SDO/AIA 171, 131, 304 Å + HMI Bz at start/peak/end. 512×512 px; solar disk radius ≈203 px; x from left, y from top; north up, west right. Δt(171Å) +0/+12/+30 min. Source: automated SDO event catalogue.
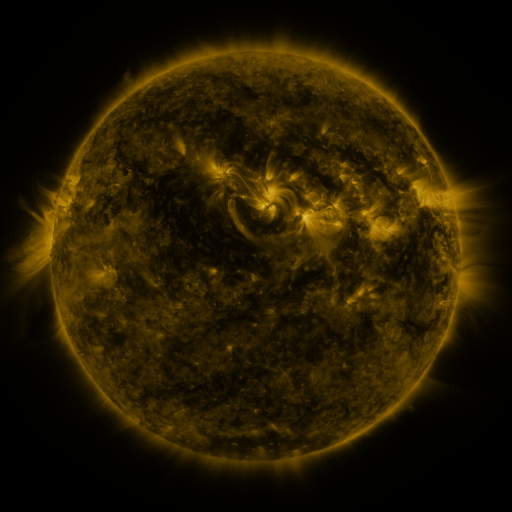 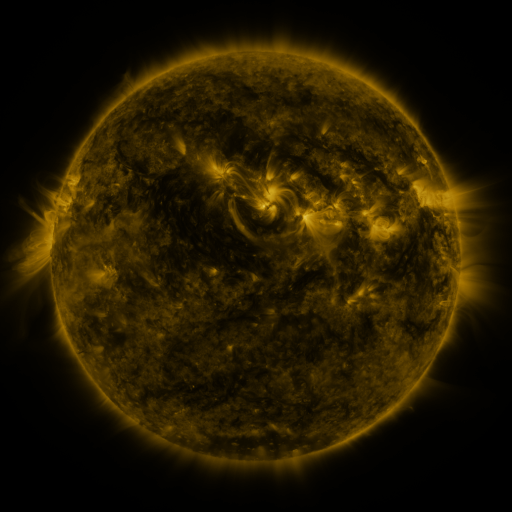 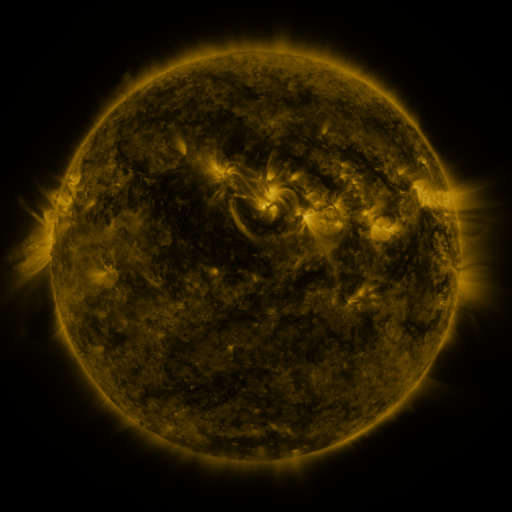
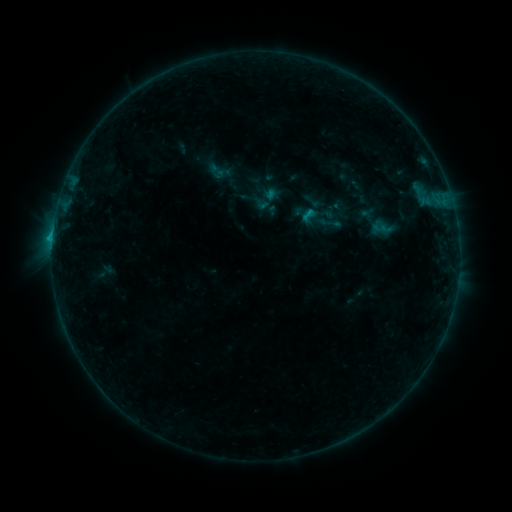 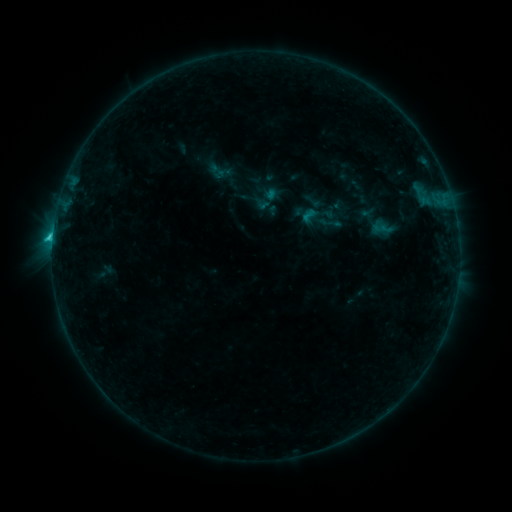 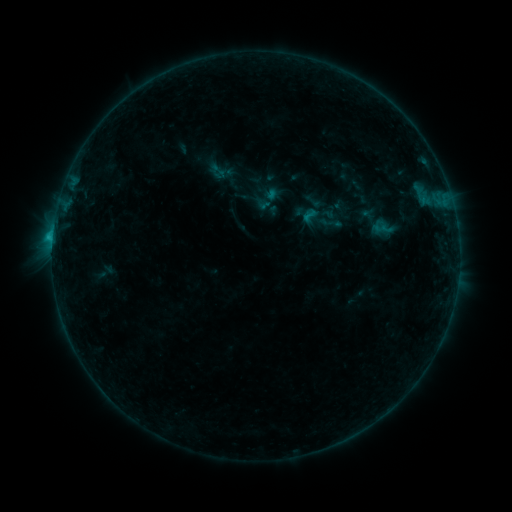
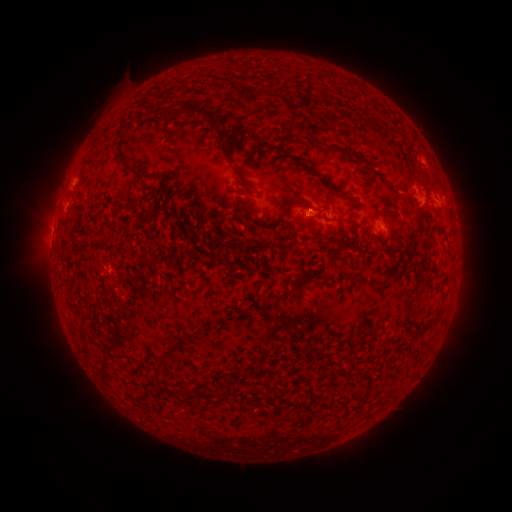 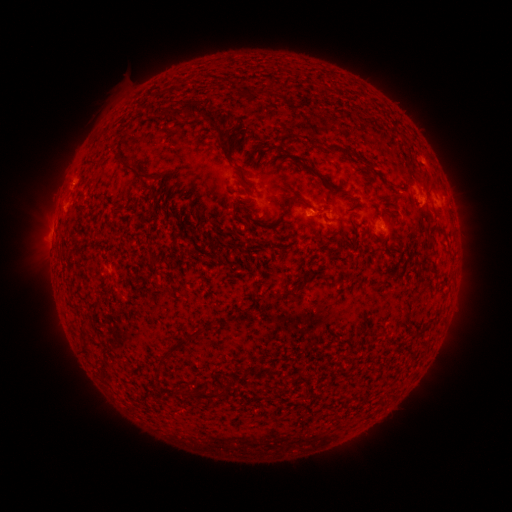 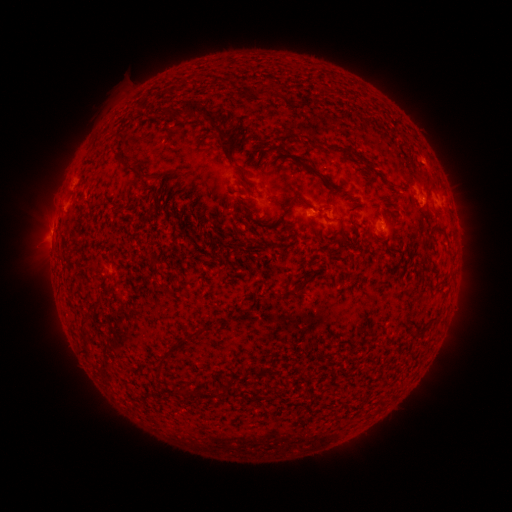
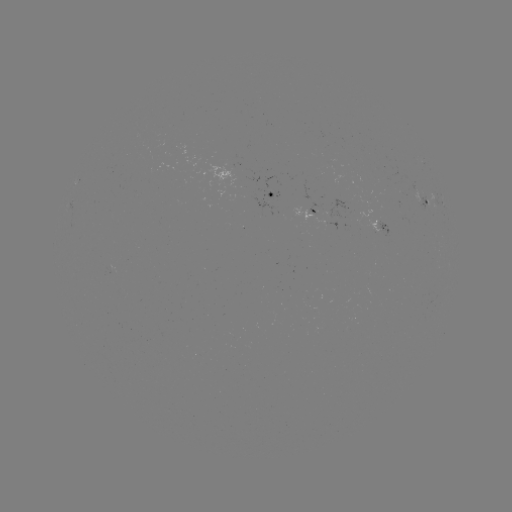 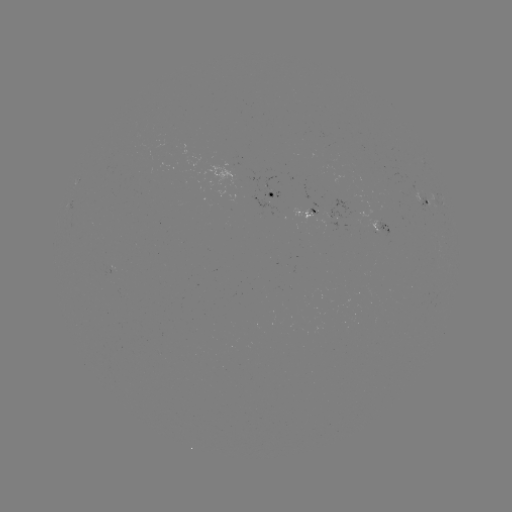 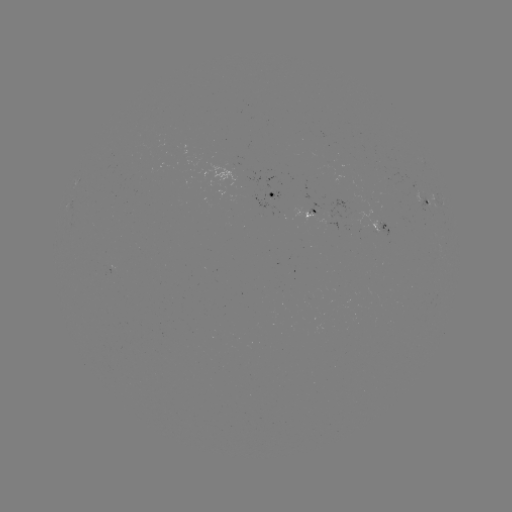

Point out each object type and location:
C1.3 flare: (53, 237)
